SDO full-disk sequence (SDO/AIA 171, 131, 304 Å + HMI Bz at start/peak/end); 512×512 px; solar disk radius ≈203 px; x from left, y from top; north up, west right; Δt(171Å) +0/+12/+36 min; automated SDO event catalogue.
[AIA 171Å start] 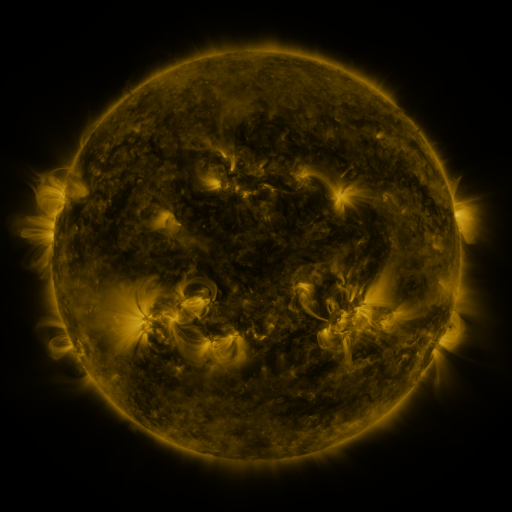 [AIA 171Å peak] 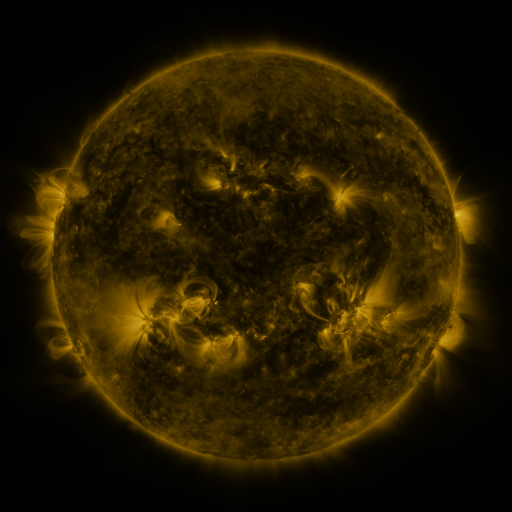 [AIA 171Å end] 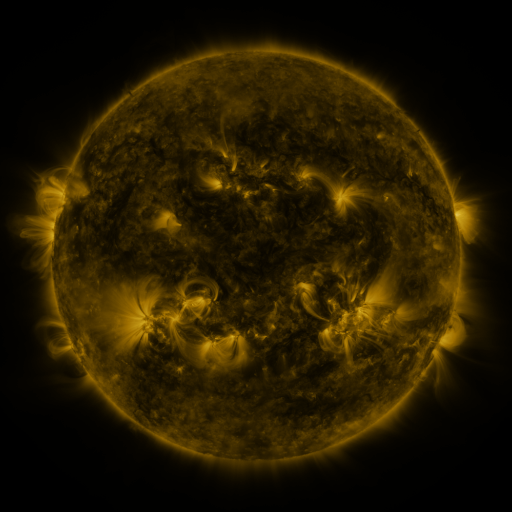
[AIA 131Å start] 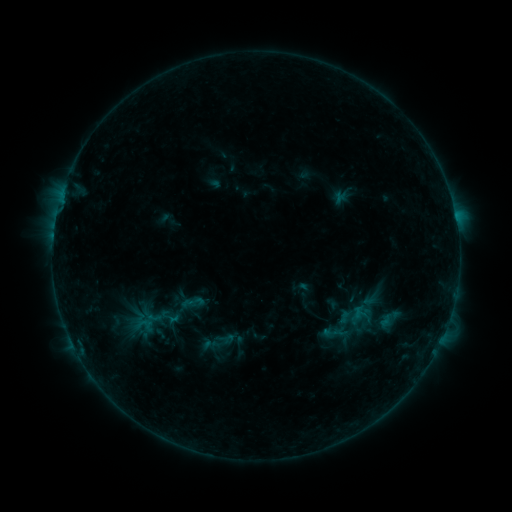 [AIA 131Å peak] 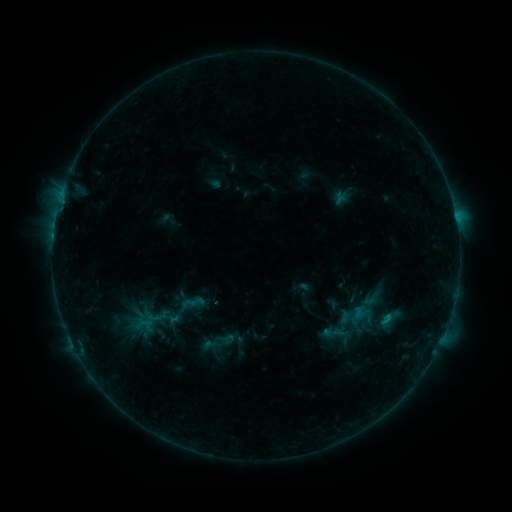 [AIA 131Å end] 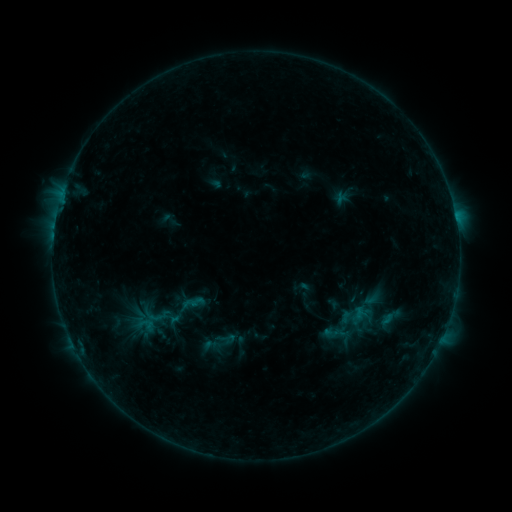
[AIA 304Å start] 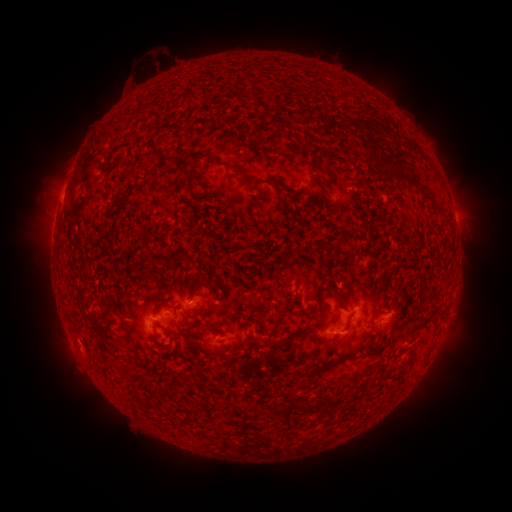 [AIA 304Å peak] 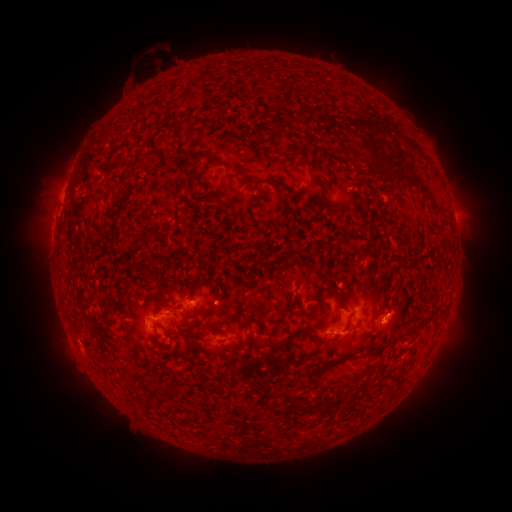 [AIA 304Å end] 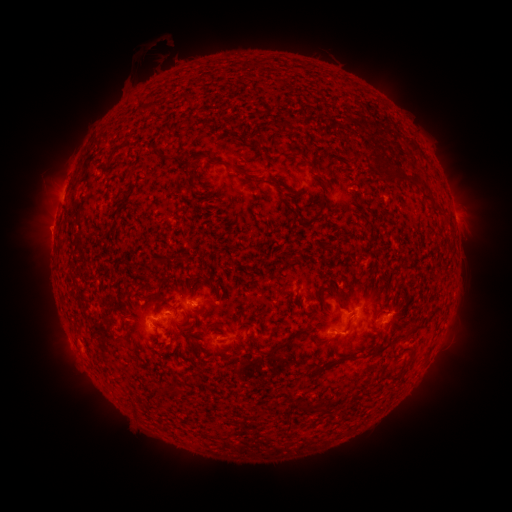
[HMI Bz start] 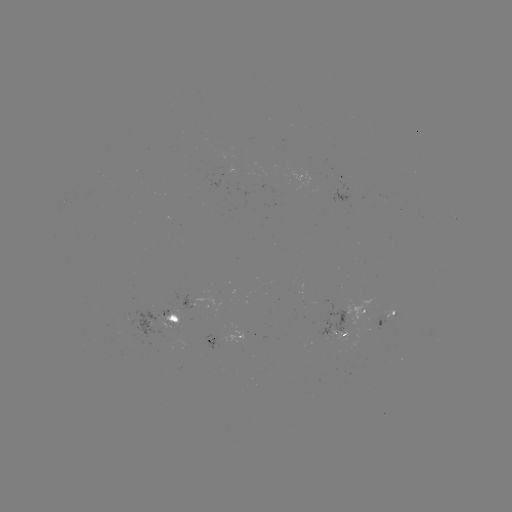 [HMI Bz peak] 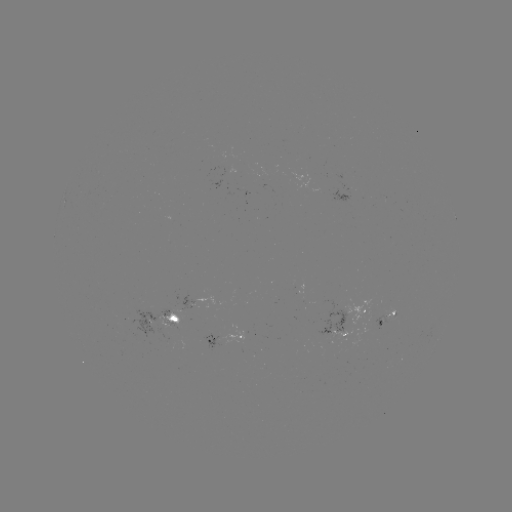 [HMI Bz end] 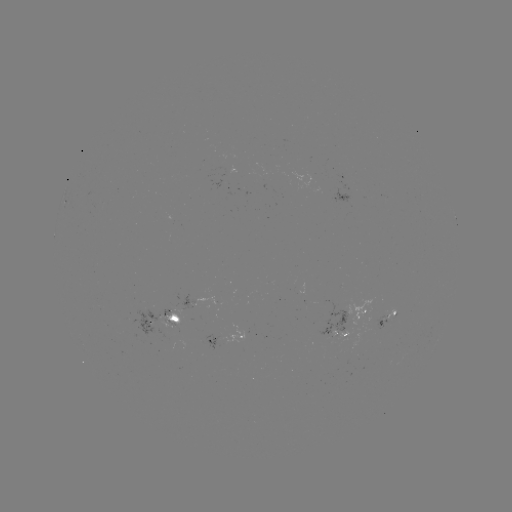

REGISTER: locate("B4.9 flare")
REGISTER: (389, 315)